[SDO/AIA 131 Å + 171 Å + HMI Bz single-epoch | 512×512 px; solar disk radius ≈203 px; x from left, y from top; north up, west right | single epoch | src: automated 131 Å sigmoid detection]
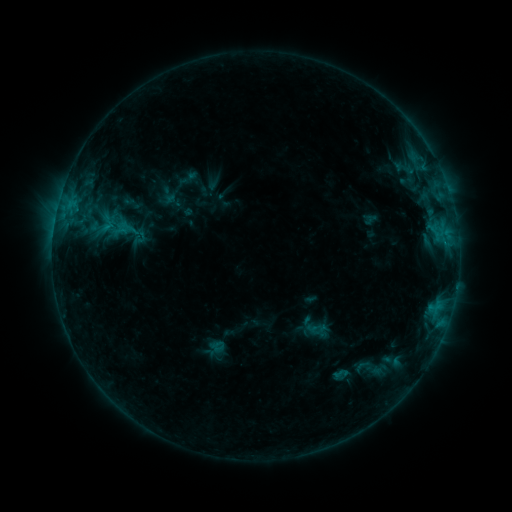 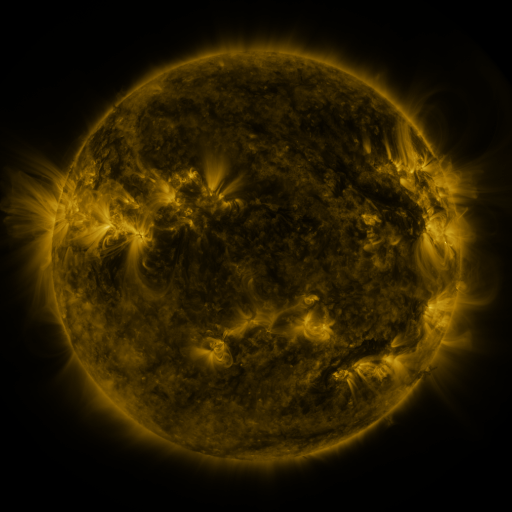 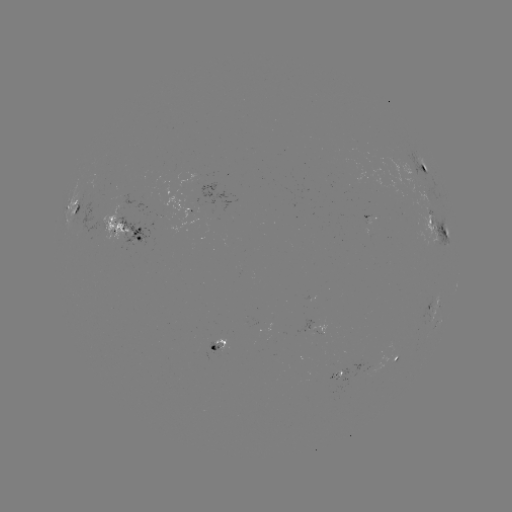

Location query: sigmoid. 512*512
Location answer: [340, 374].